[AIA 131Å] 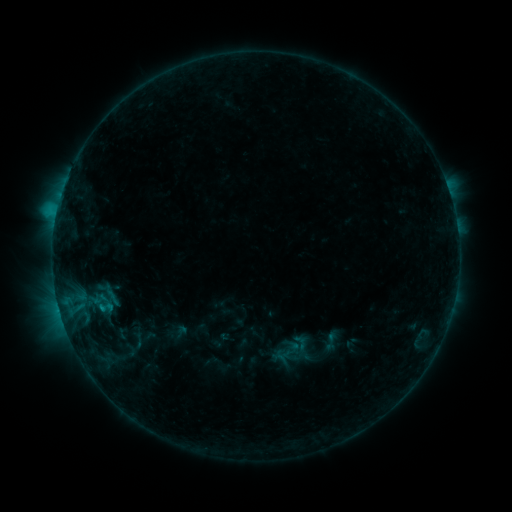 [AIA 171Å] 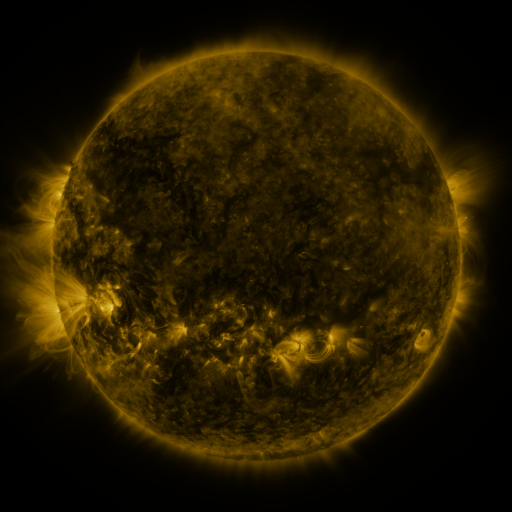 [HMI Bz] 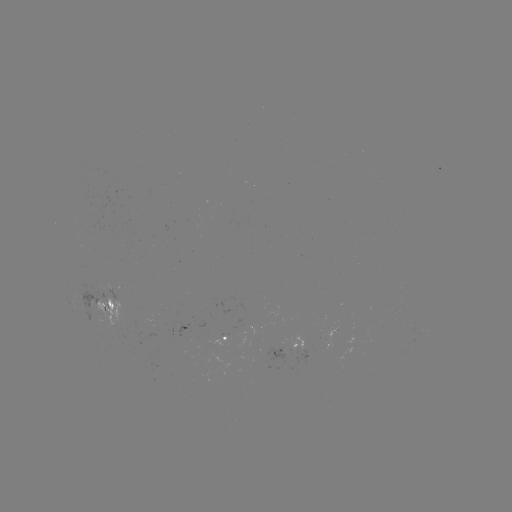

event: sigmoid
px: (301, 343)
